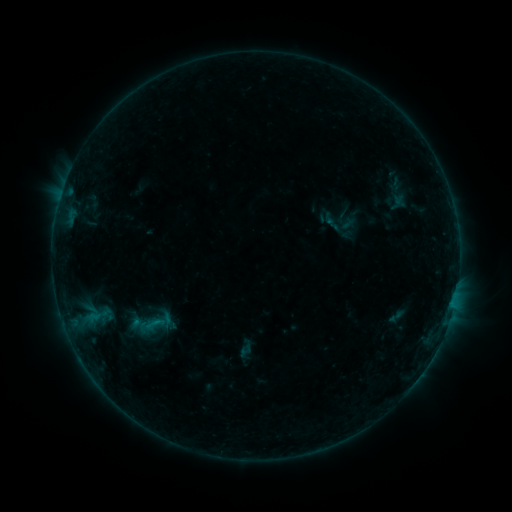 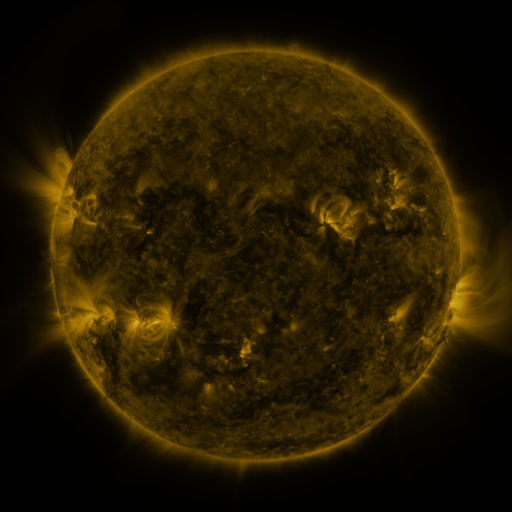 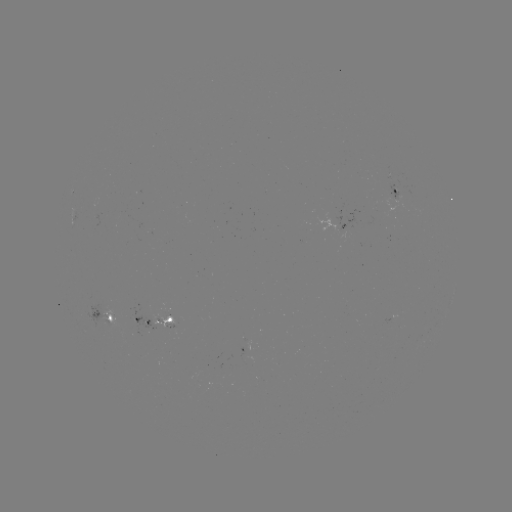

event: sigmoid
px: (150, 326)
